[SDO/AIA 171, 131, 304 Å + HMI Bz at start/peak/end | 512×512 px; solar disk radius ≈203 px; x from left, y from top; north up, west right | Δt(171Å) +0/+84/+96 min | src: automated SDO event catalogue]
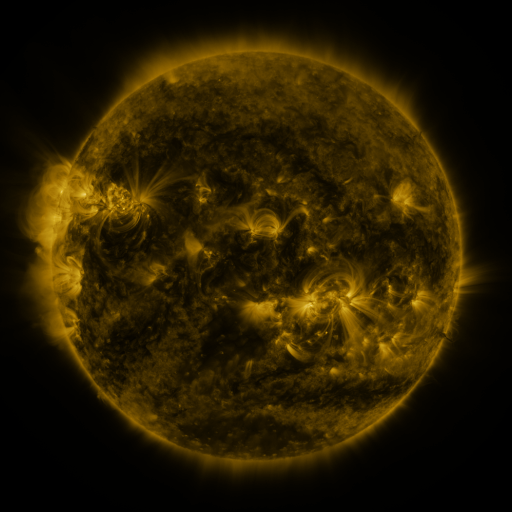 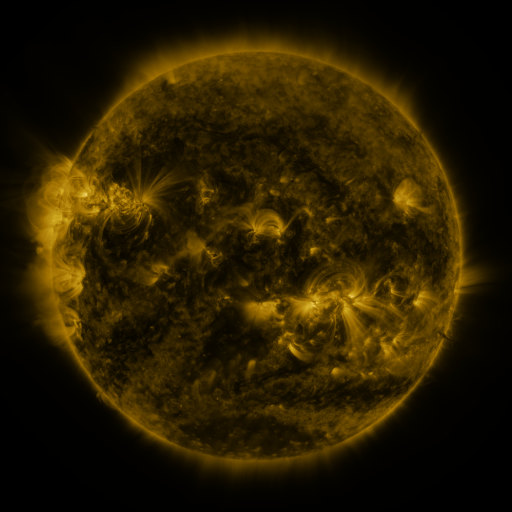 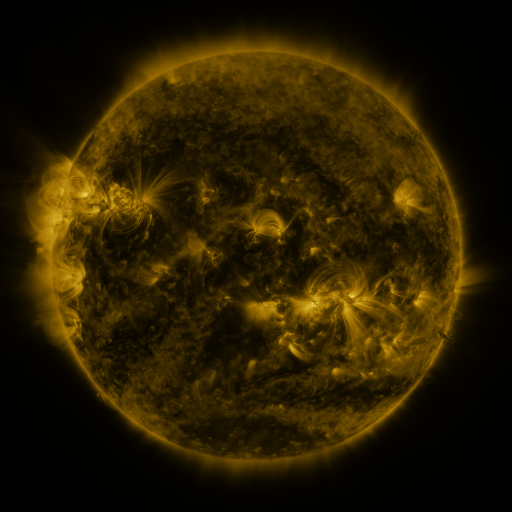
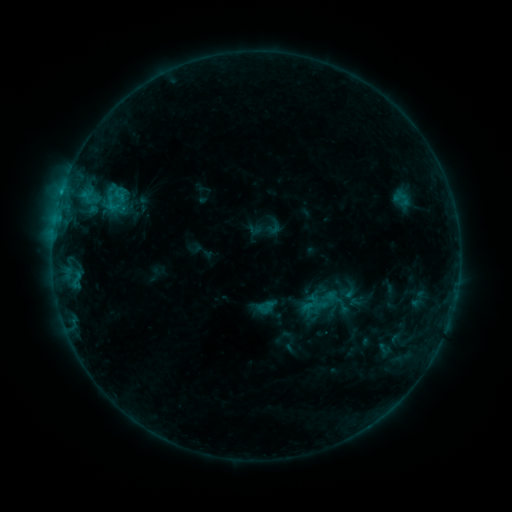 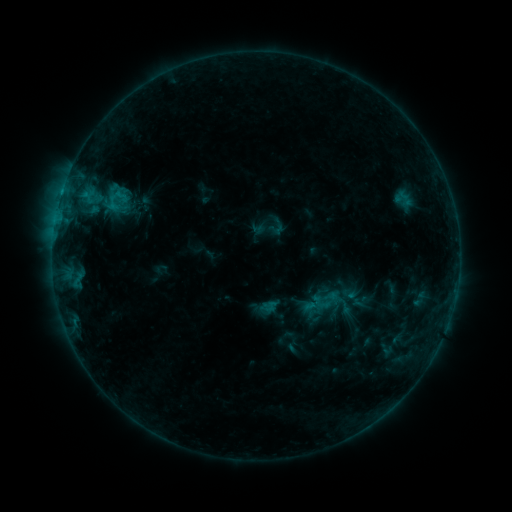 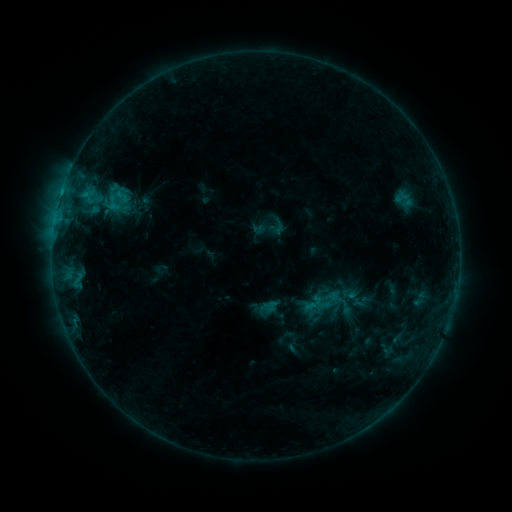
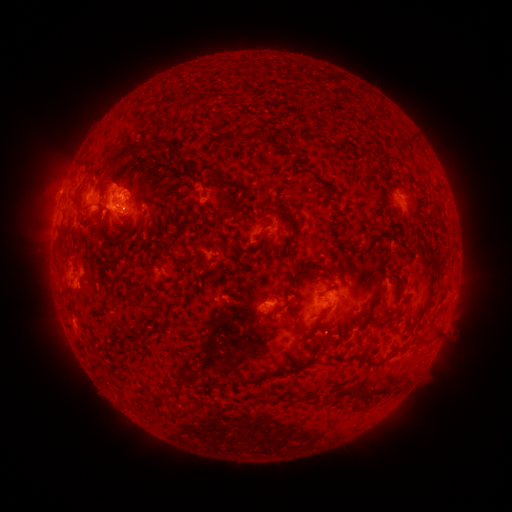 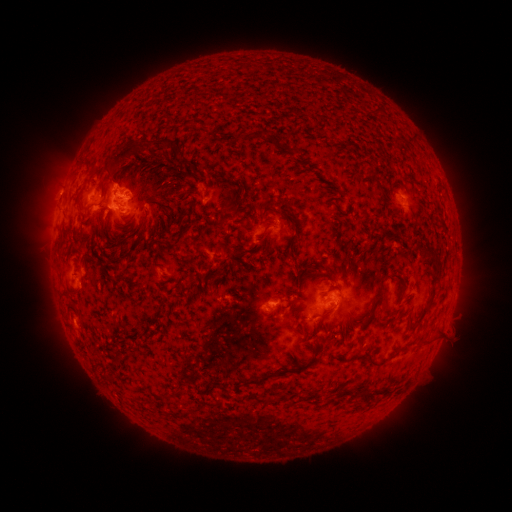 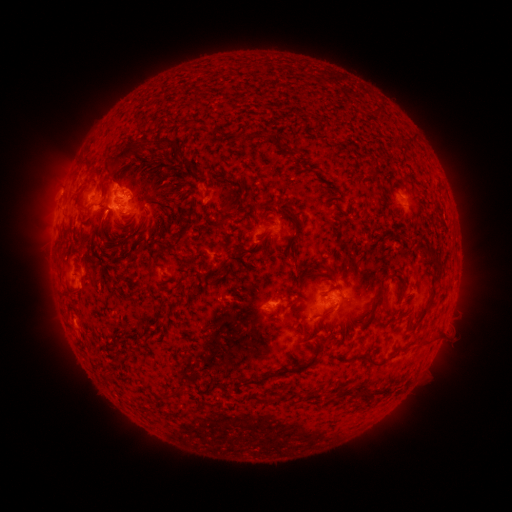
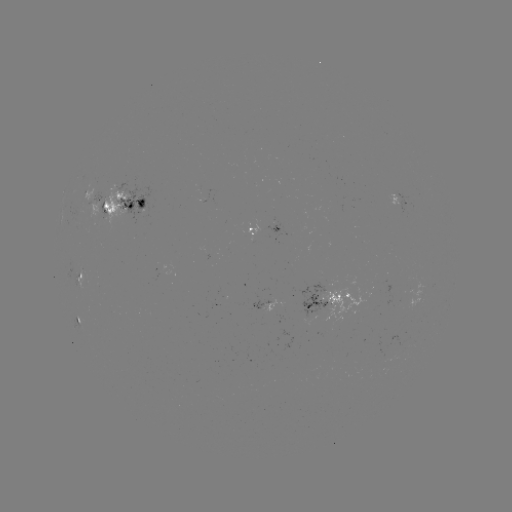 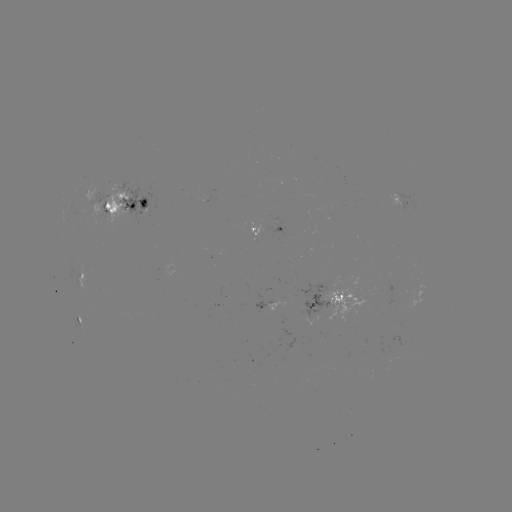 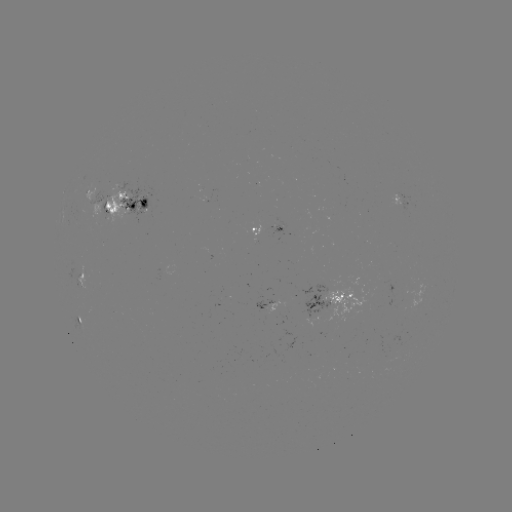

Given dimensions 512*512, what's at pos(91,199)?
emerging-flux region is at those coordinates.